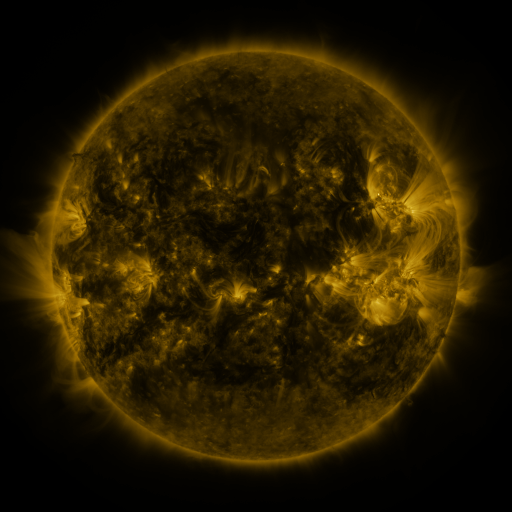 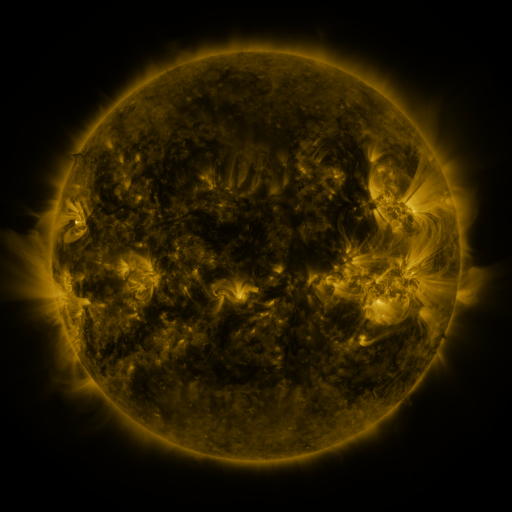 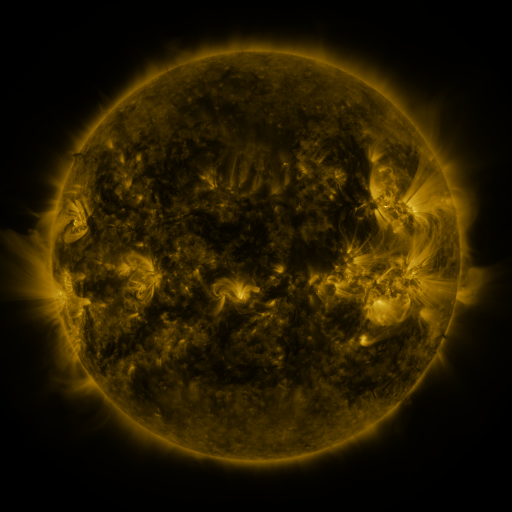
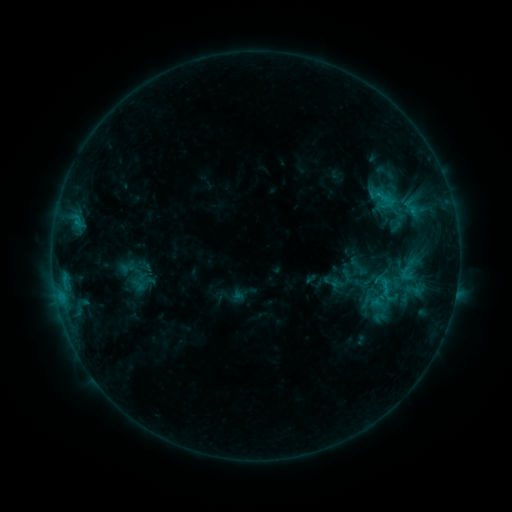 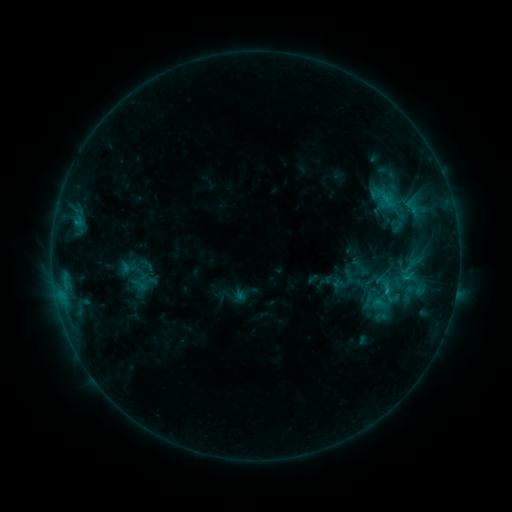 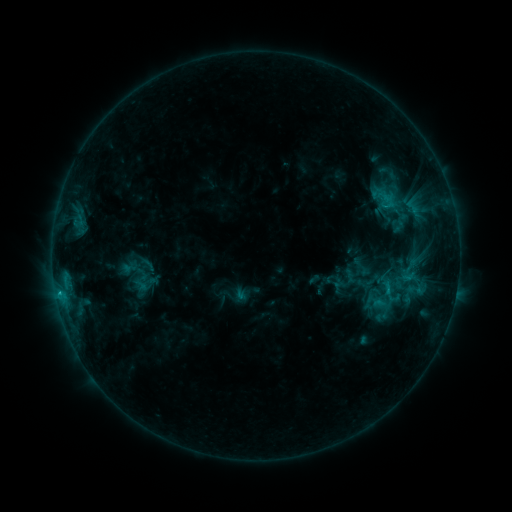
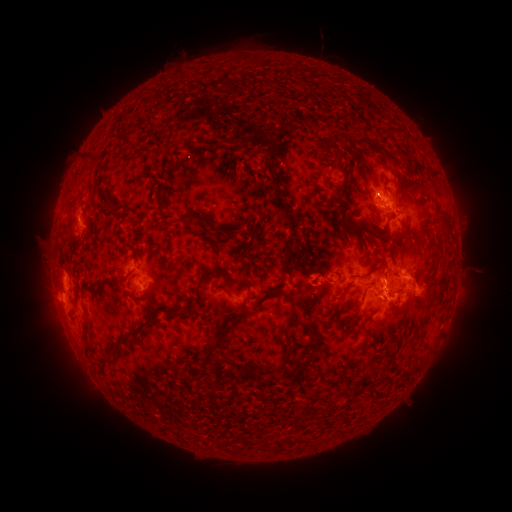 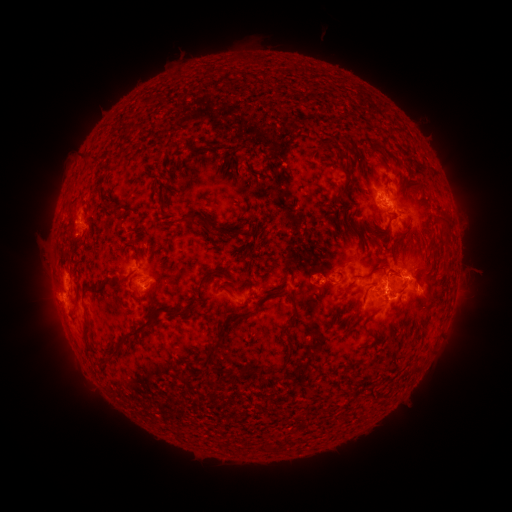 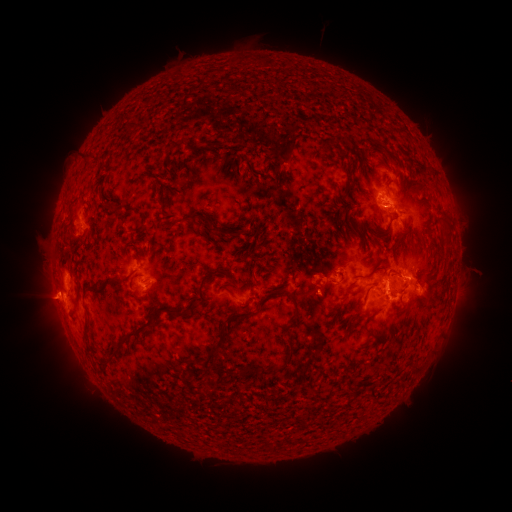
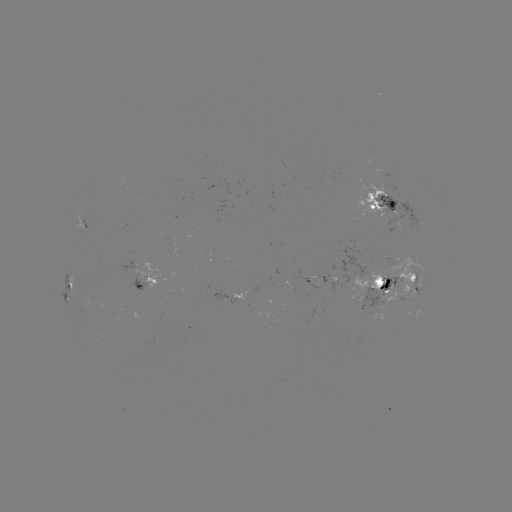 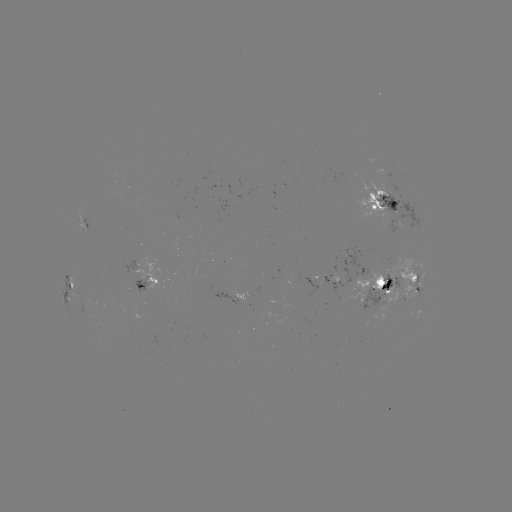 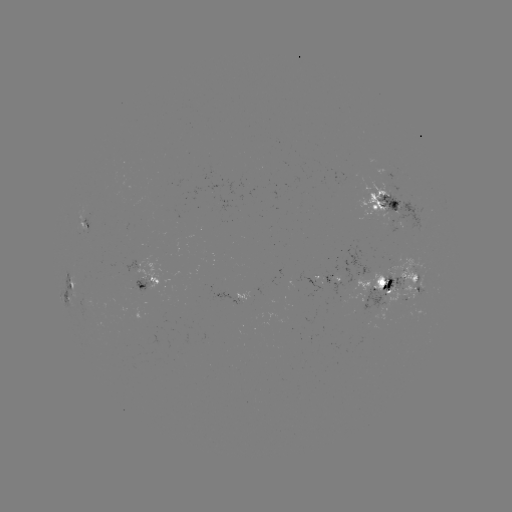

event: emerging-flux region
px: (133, 284)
